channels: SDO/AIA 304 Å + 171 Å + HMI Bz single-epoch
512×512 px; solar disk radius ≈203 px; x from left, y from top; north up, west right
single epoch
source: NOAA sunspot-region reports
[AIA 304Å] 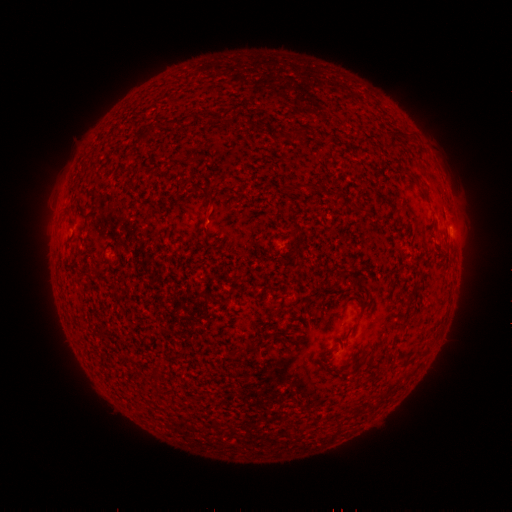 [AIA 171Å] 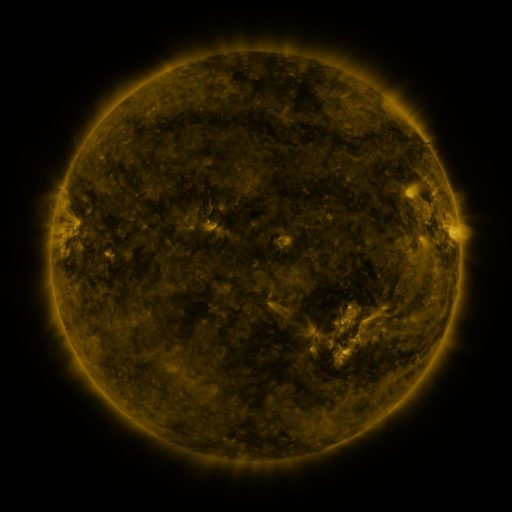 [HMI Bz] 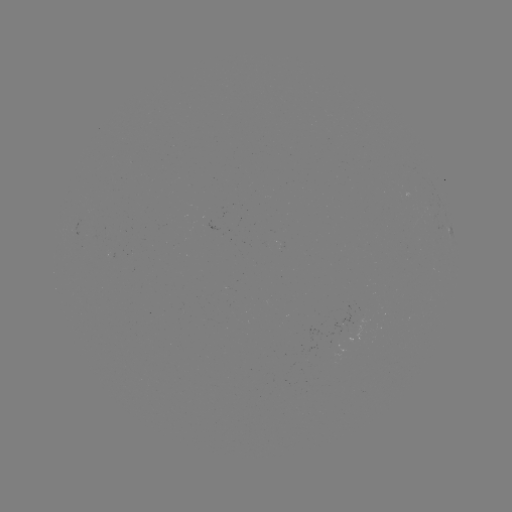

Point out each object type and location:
spotted active region: (221, 229)
spotted active region: (451, 230)
